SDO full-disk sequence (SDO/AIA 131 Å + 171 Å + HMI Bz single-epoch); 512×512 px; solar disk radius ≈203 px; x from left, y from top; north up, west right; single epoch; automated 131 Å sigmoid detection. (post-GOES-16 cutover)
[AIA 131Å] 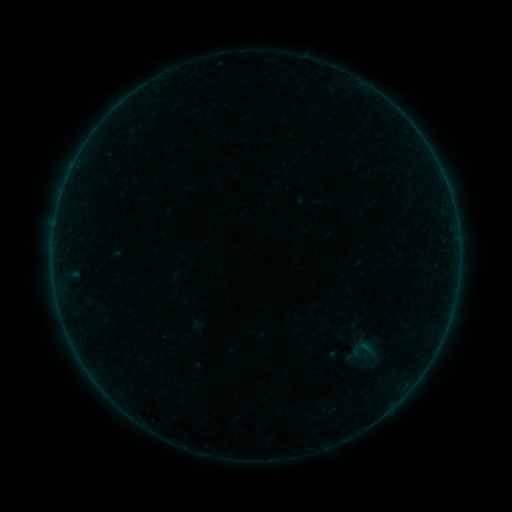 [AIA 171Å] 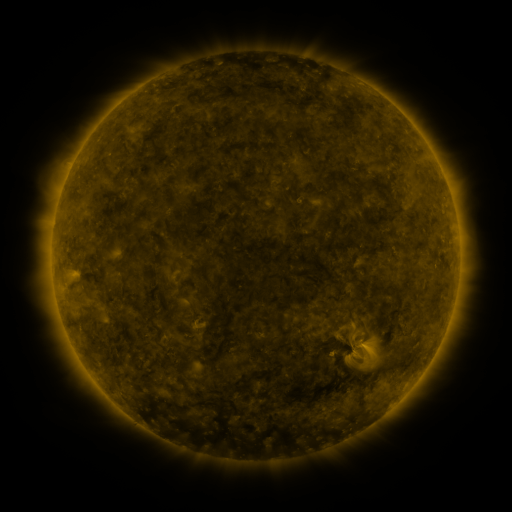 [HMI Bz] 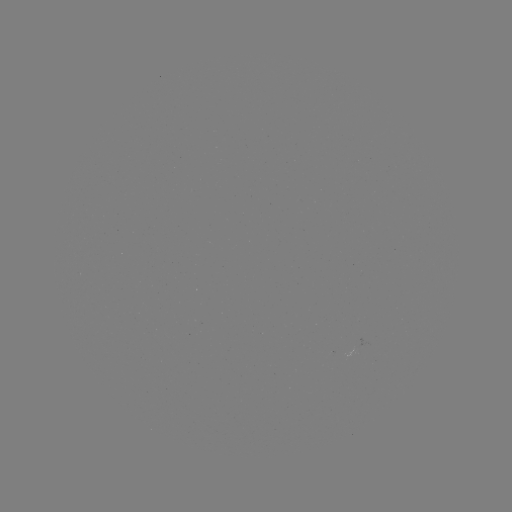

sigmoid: [350, 335, 375, 363]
